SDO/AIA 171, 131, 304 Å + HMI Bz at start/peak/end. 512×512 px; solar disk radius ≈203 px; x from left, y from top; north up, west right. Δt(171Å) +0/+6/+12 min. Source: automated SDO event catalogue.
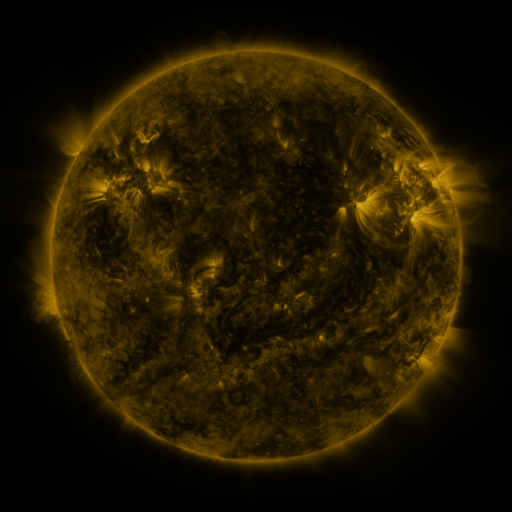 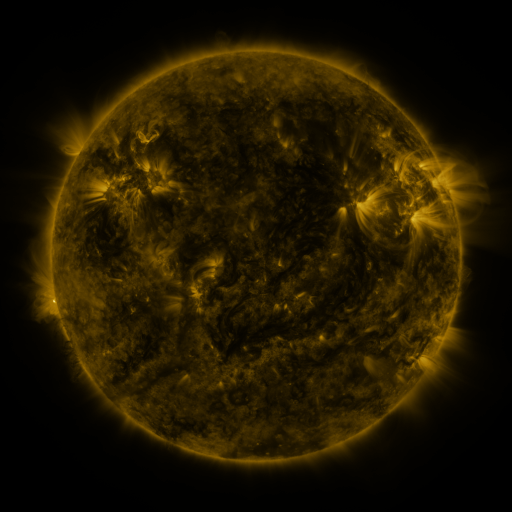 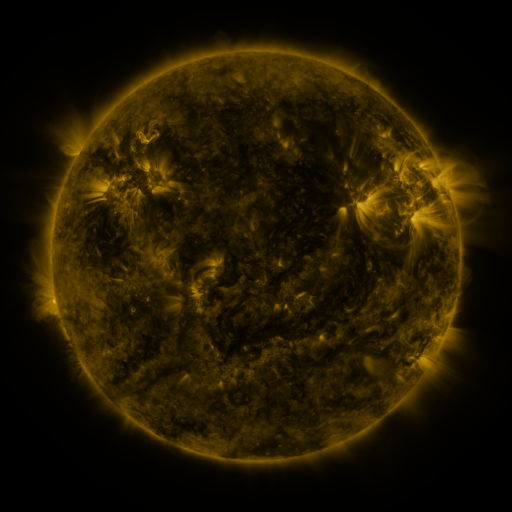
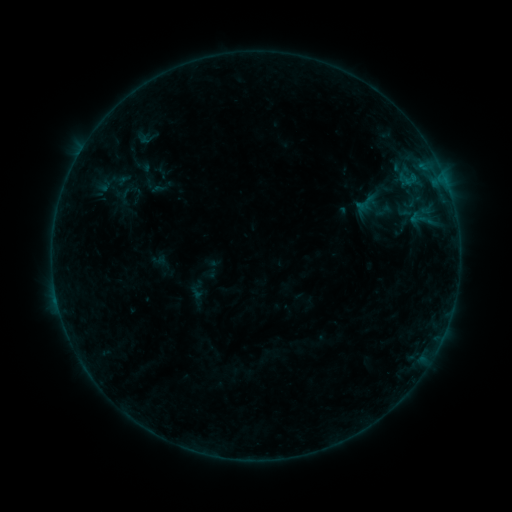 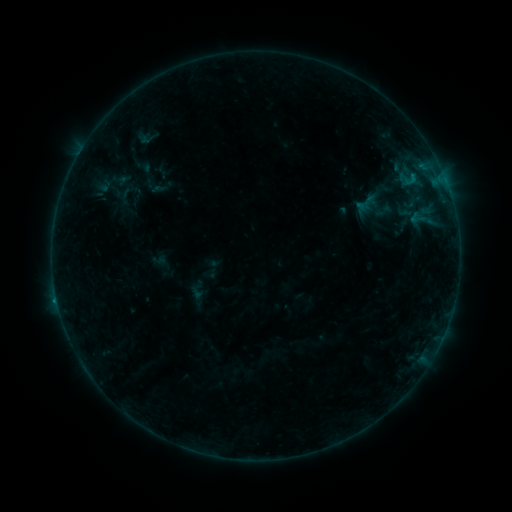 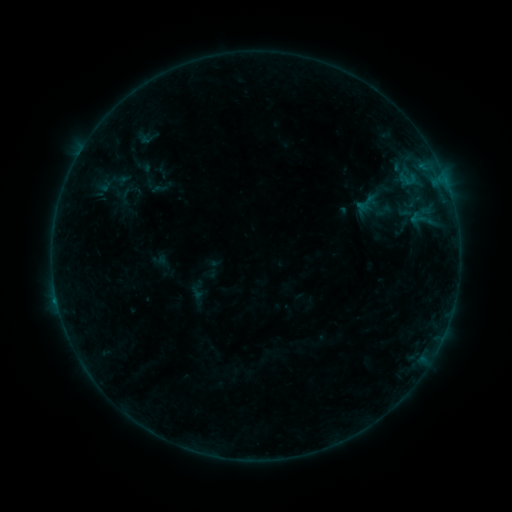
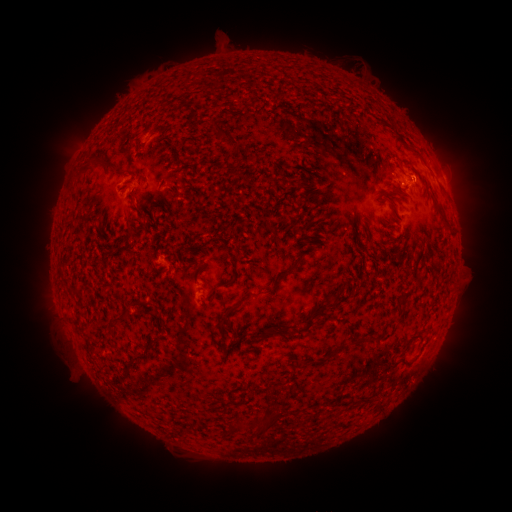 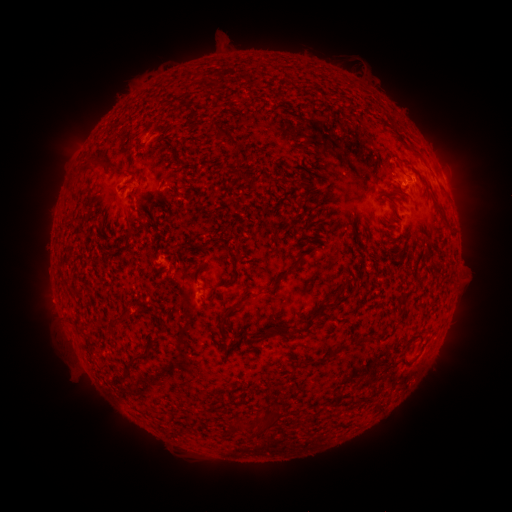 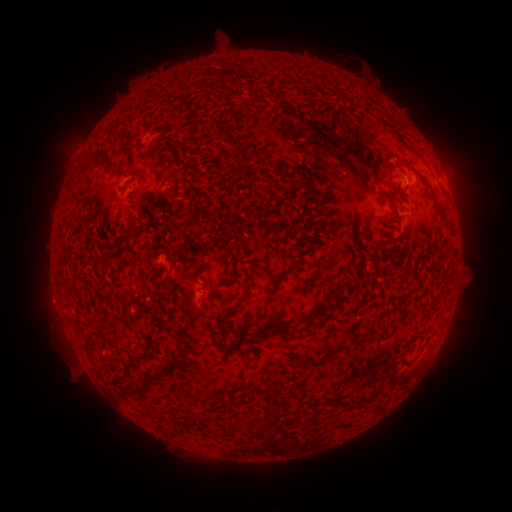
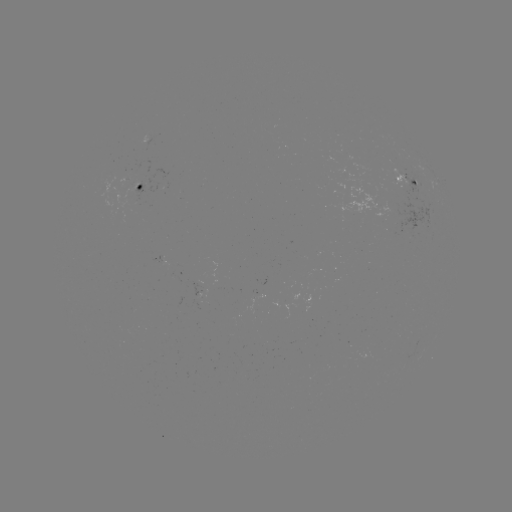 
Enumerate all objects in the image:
B3.2 flare: (411, 176)
